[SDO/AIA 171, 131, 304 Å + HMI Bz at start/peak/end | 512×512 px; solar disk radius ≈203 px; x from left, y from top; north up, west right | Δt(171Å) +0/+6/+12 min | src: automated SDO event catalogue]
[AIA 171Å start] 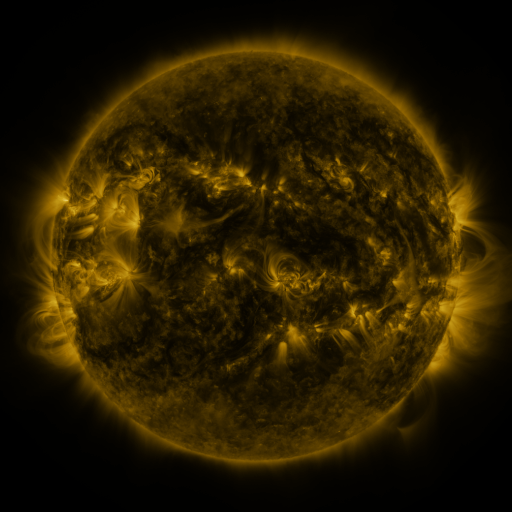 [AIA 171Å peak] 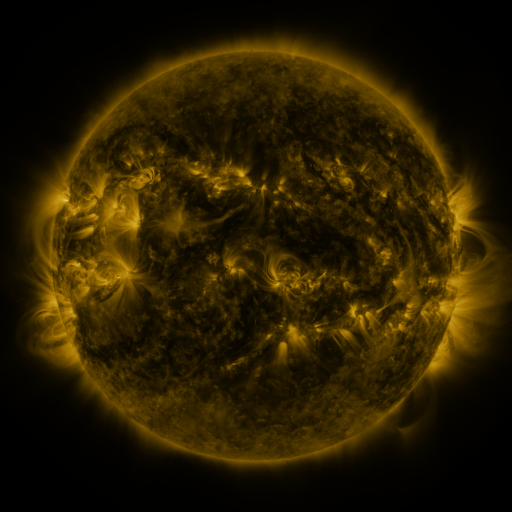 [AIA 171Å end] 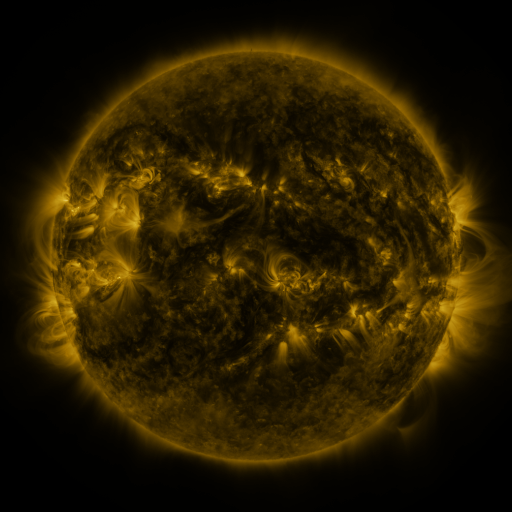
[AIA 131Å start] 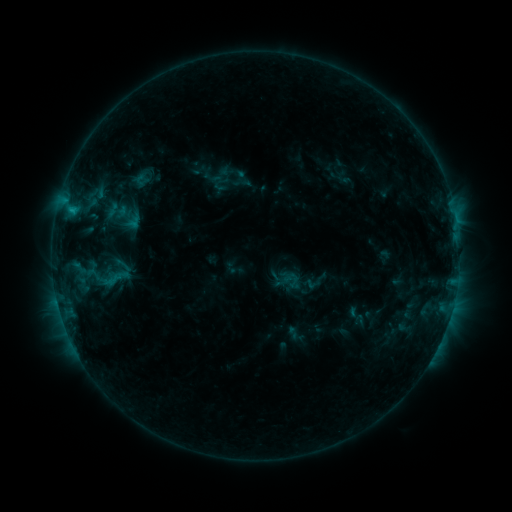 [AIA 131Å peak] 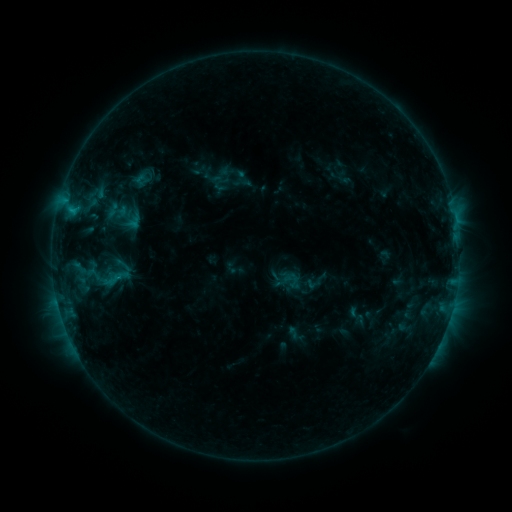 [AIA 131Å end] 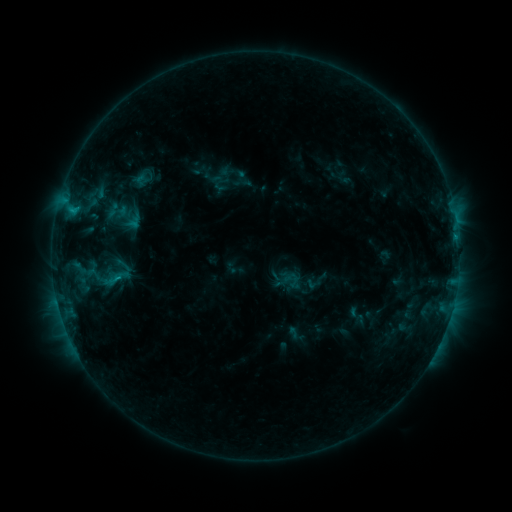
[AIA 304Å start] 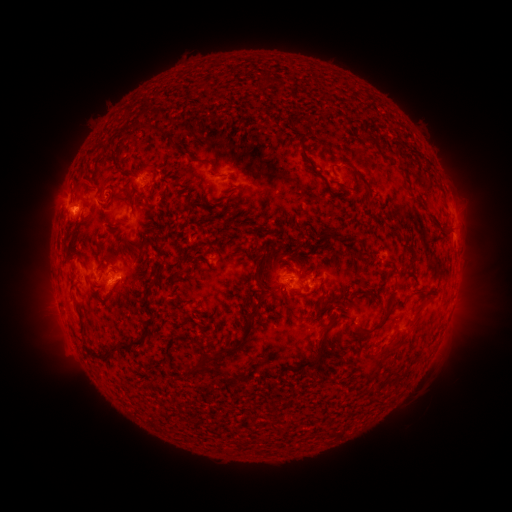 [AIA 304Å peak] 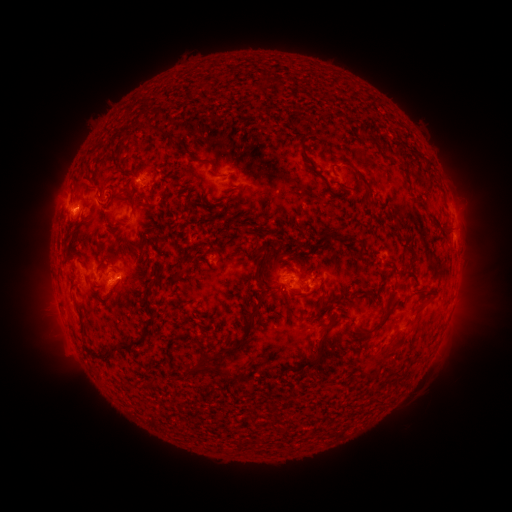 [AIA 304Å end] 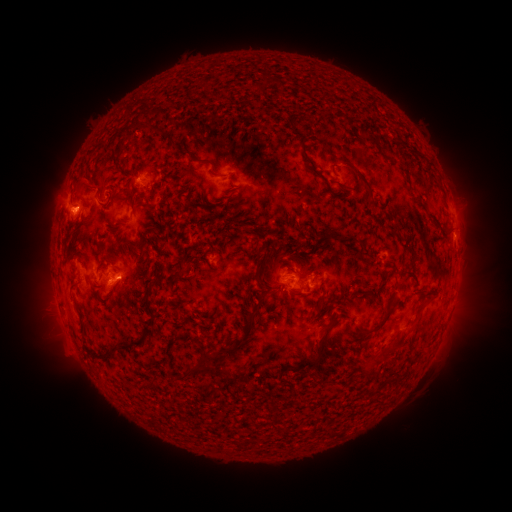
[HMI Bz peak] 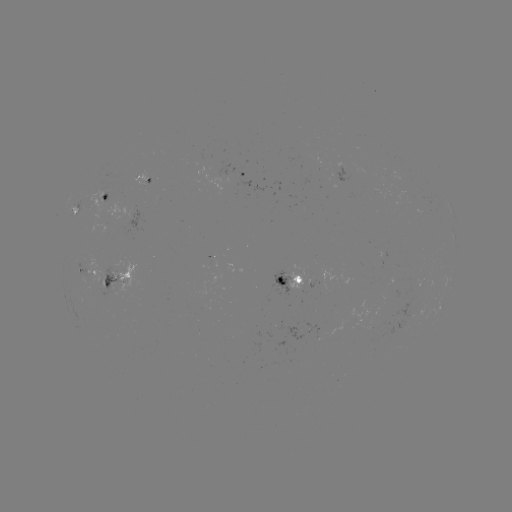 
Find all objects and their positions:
C1.2 flare: (119, 278)
